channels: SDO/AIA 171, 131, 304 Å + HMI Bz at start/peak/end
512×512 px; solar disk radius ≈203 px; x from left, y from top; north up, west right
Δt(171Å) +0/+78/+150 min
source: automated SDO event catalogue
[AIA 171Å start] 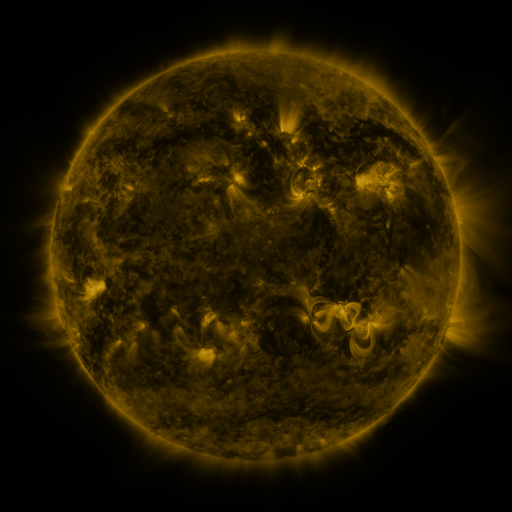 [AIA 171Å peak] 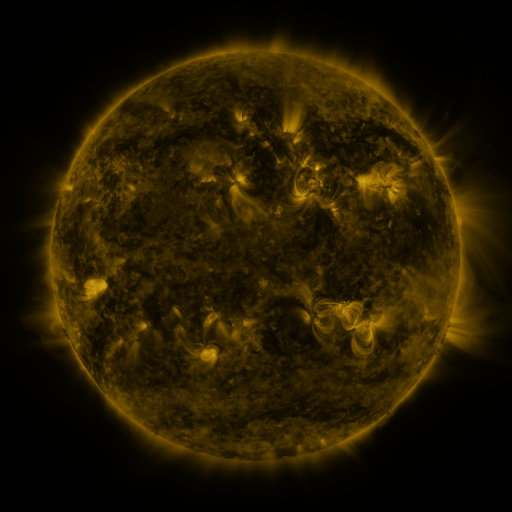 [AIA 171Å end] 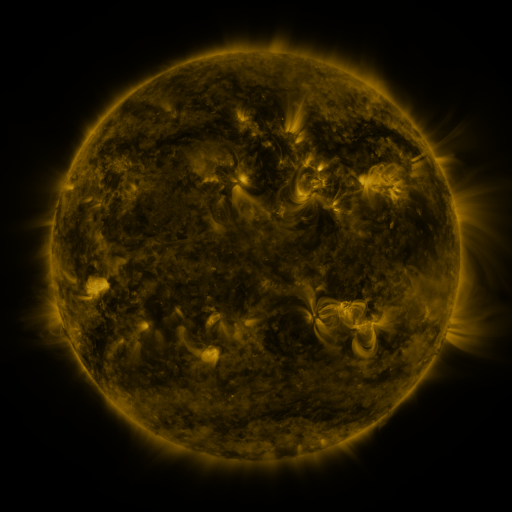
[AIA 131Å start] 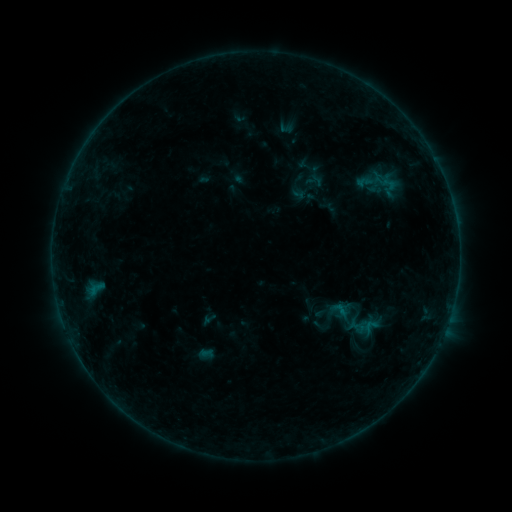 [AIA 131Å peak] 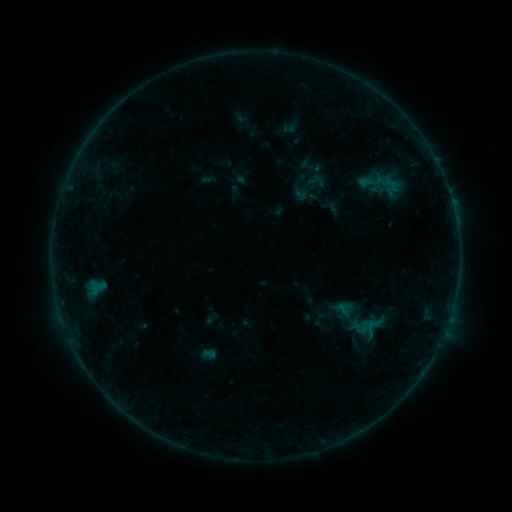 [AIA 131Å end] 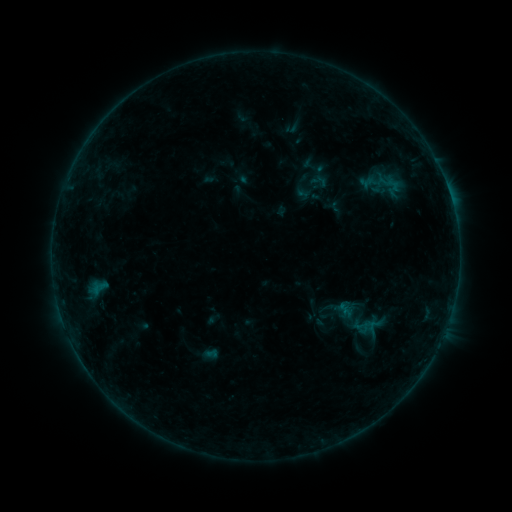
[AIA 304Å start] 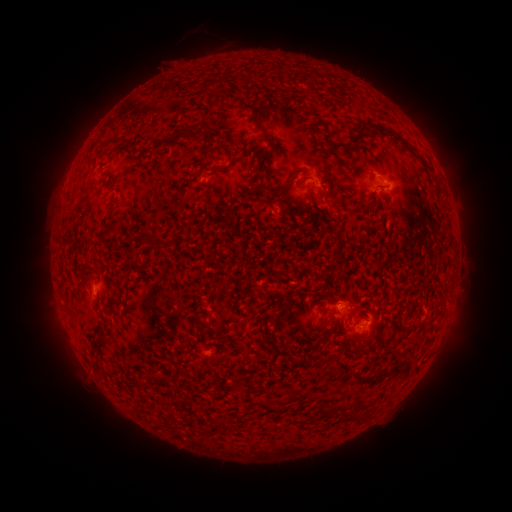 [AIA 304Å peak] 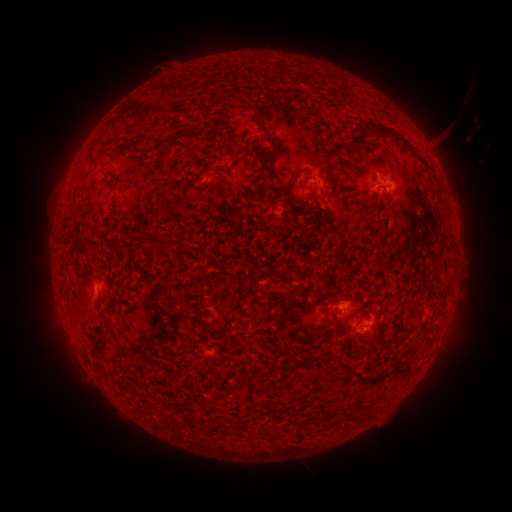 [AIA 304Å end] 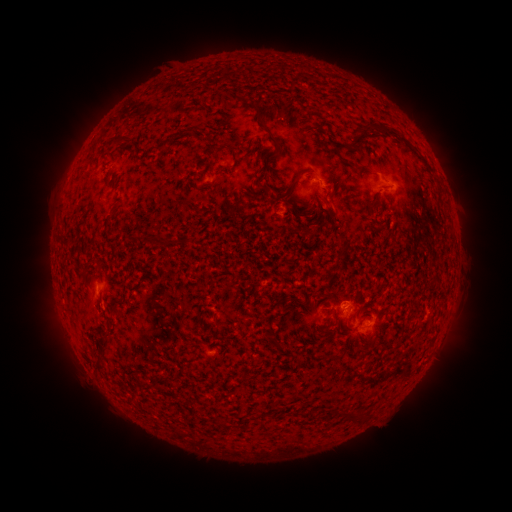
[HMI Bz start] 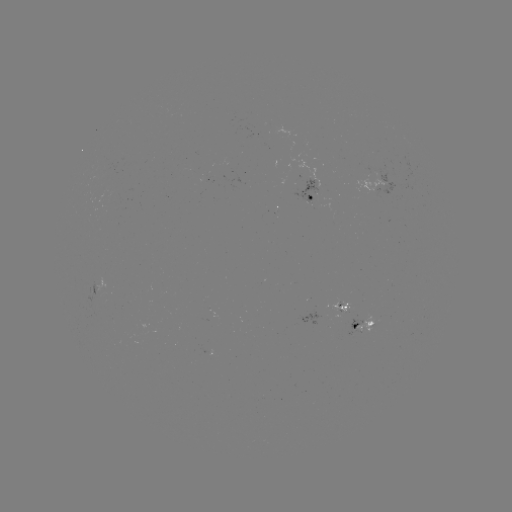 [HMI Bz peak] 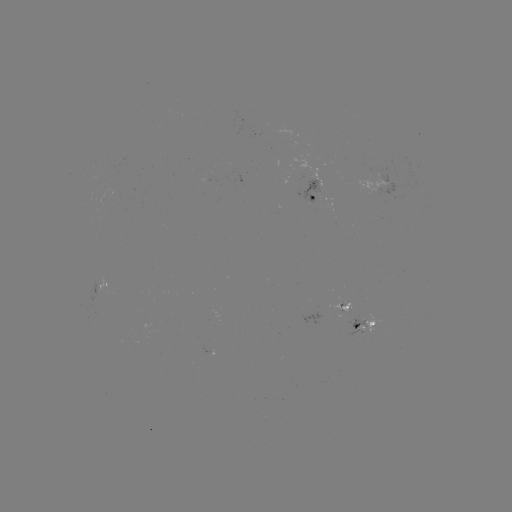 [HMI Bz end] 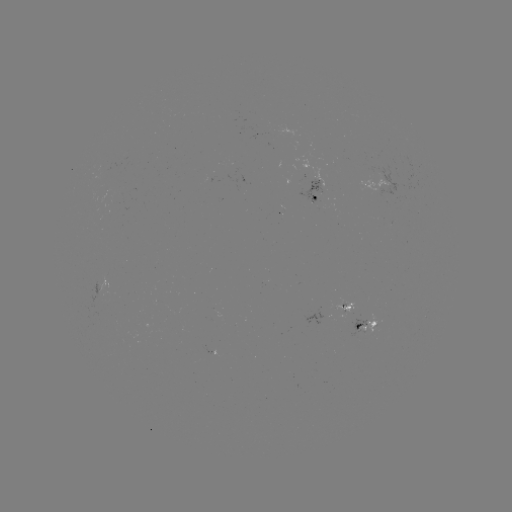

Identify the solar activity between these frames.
filament eruption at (445, 156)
